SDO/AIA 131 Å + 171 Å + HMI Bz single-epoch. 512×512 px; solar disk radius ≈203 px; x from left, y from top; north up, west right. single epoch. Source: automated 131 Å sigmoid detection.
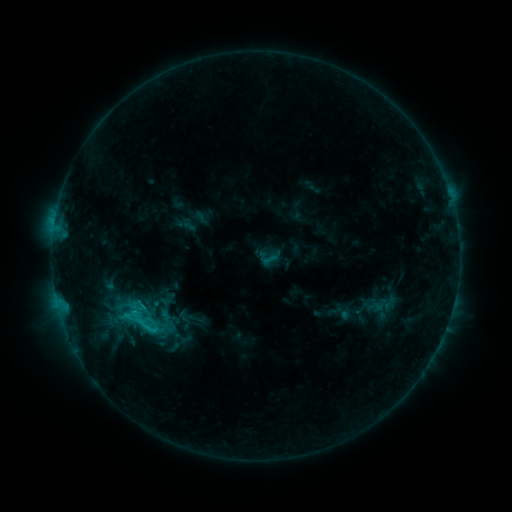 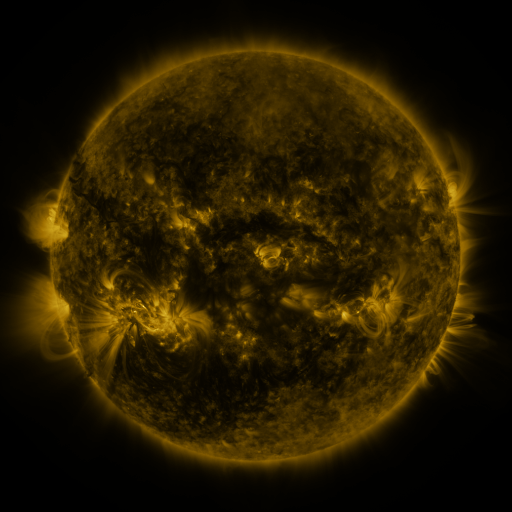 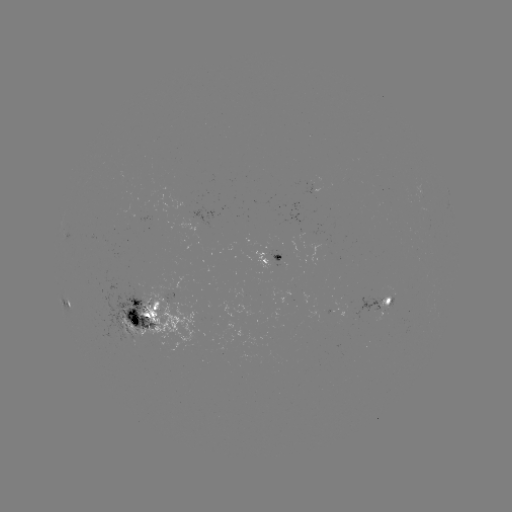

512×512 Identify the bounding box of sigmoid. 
[109, 295, 169, 348].